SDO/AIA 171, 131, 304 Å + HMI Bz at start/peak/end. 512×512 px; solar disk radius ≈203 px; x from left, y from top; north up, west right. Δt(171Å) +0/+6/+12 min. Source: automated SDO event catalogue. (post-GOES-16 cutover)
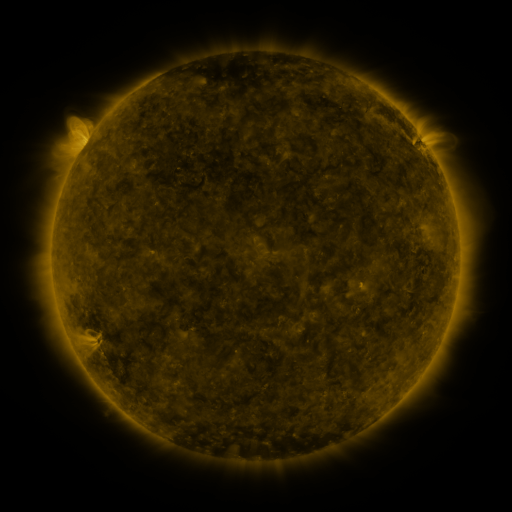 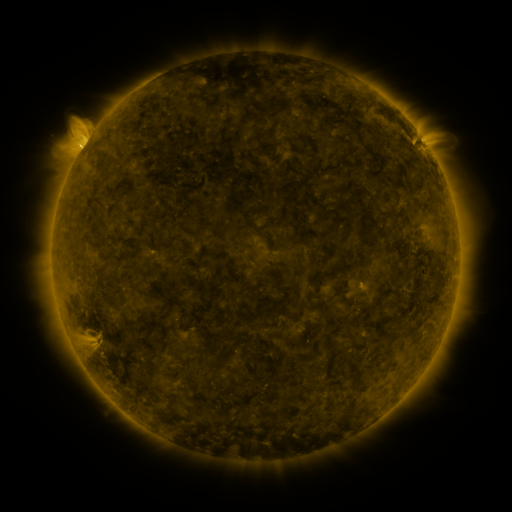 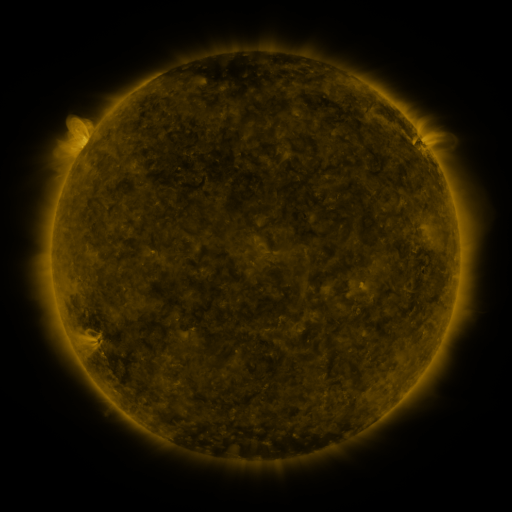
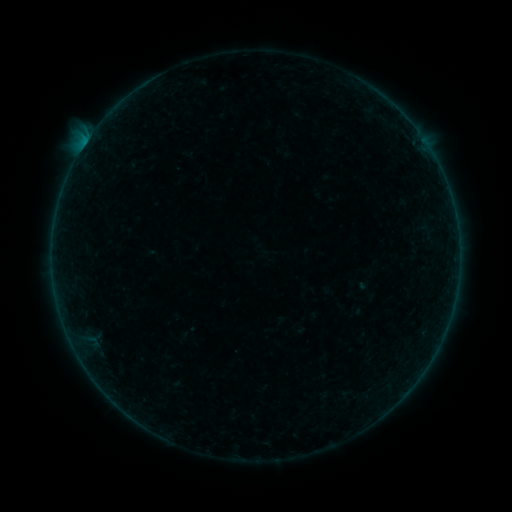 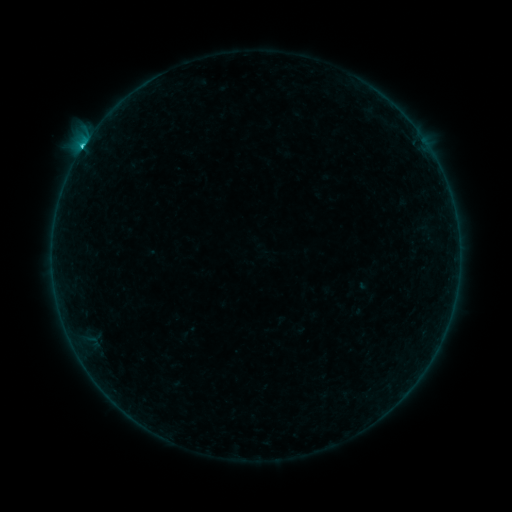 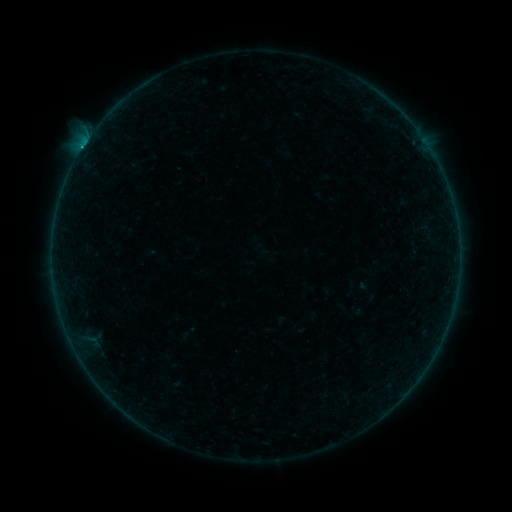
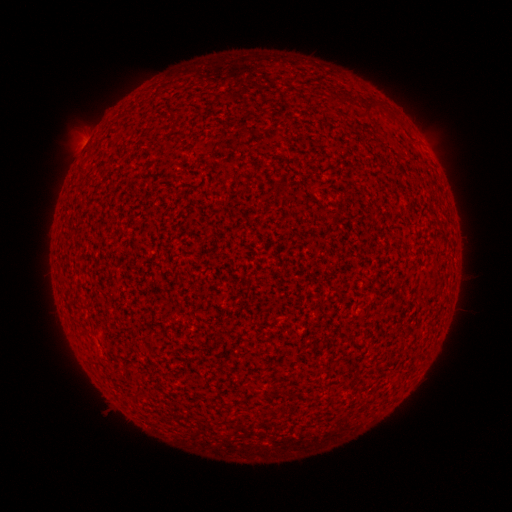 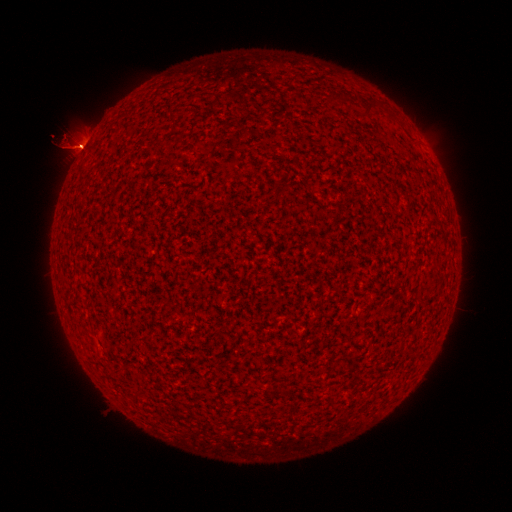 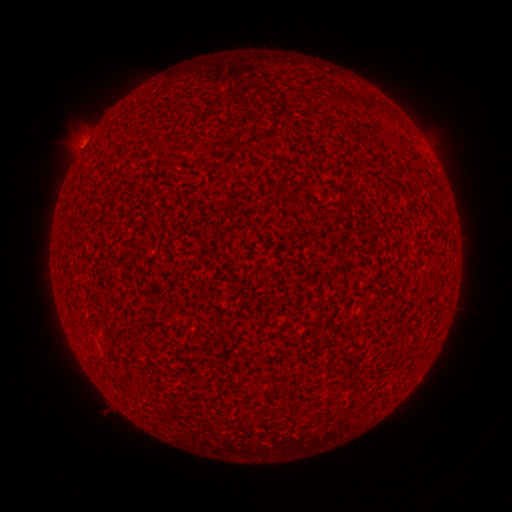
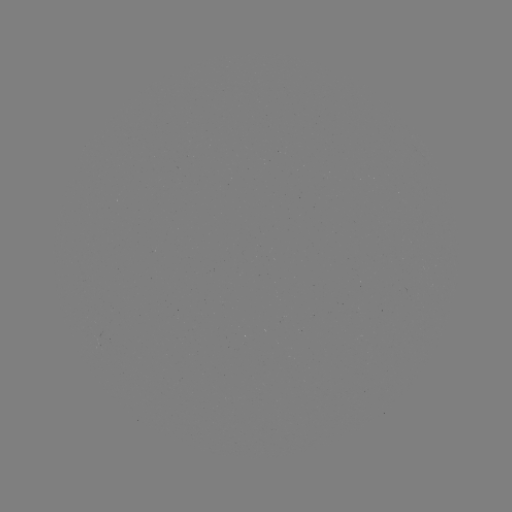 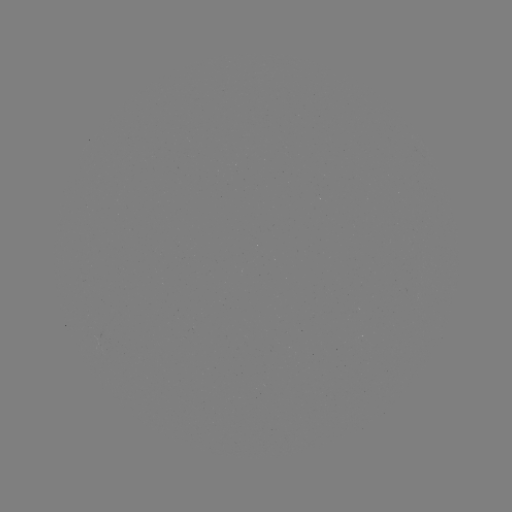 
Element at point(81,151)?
C9.3 flare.